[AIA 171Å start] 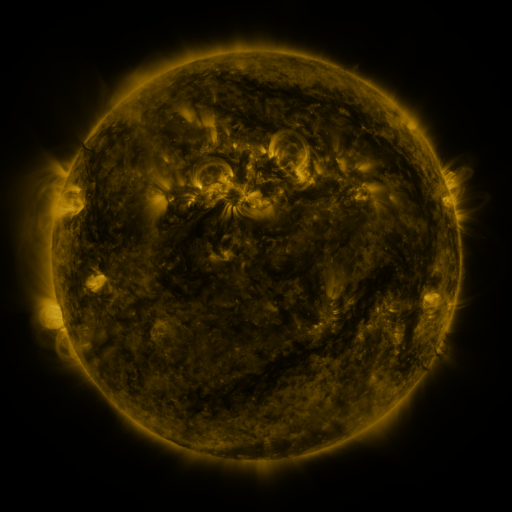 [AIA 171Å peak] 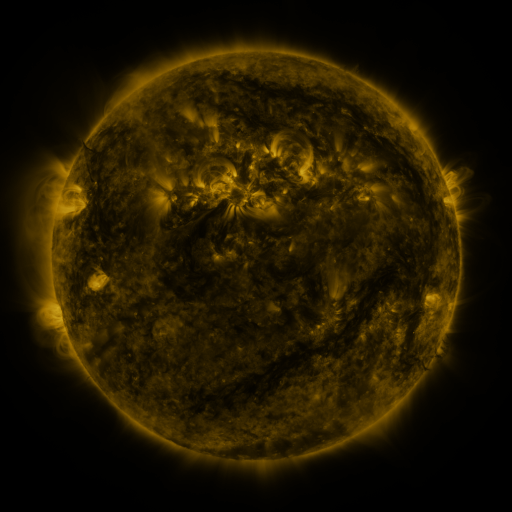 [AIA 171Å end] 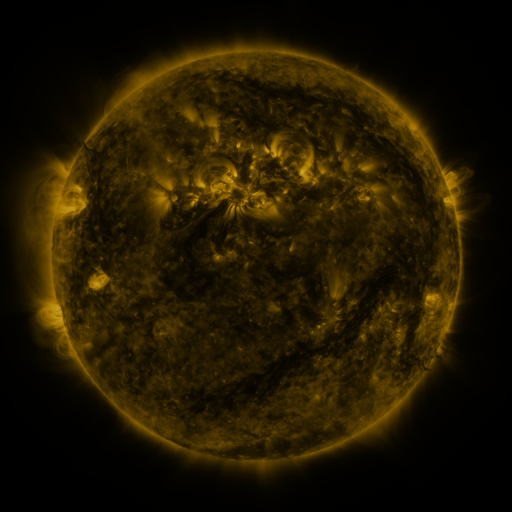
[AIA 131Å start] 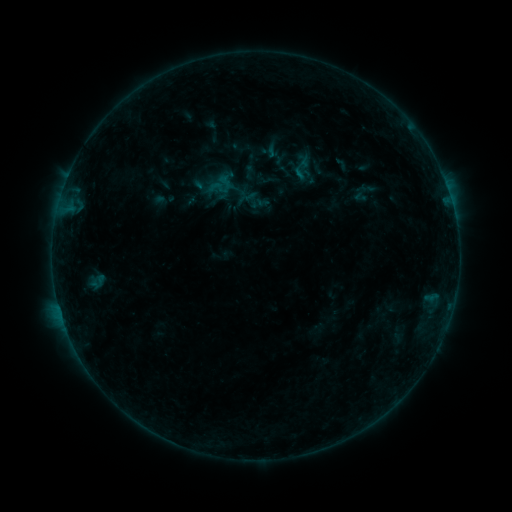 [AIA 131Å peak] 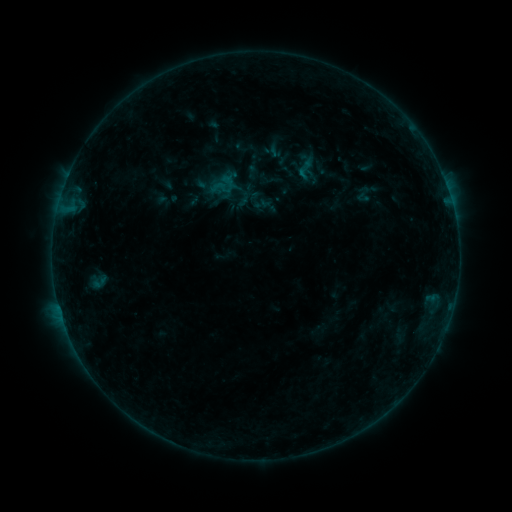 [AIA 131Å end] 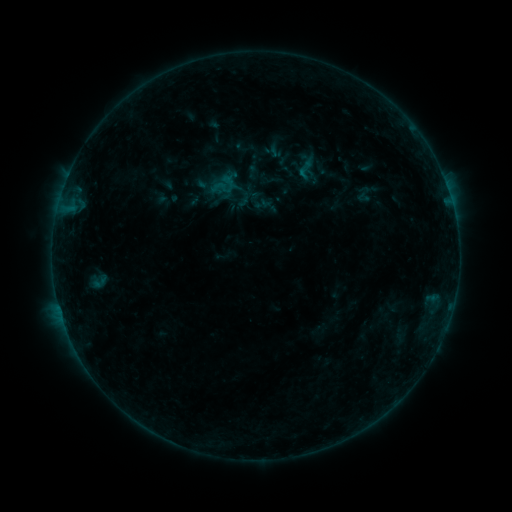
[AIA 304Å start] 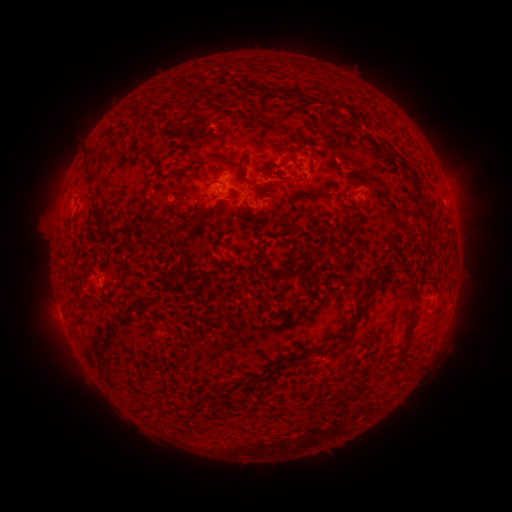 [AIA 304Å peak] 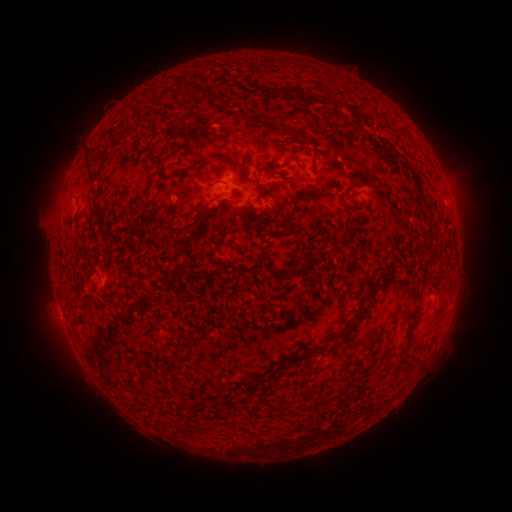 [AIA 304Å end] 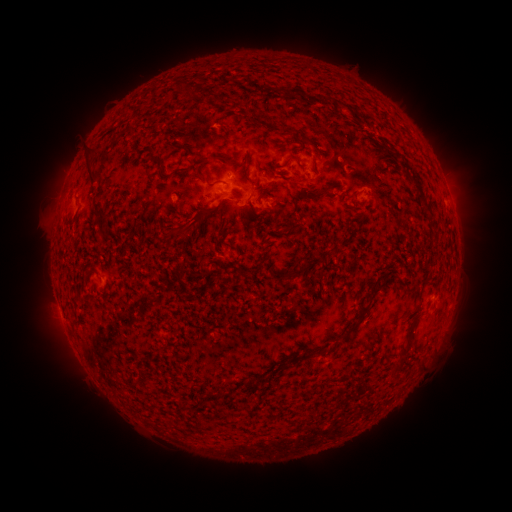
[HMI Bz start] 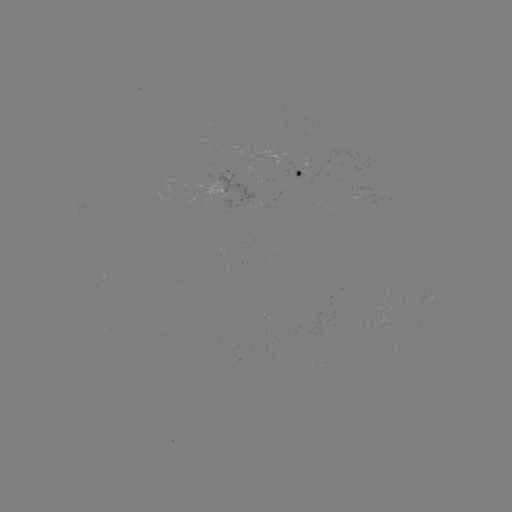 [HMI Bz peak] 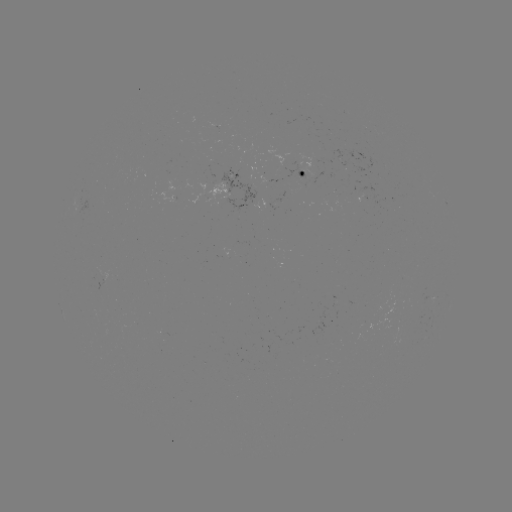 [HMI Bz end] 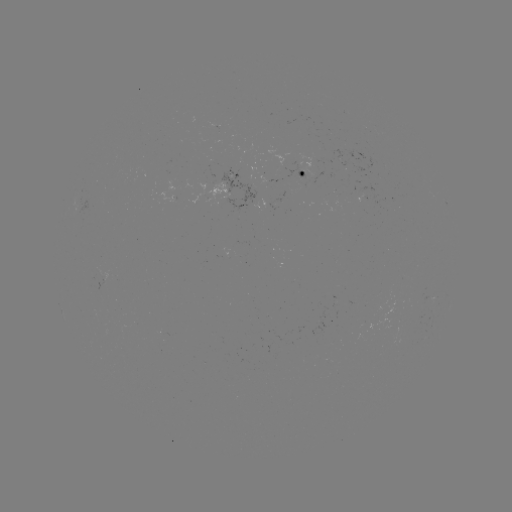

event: emerging-flux region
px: (302, 175)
